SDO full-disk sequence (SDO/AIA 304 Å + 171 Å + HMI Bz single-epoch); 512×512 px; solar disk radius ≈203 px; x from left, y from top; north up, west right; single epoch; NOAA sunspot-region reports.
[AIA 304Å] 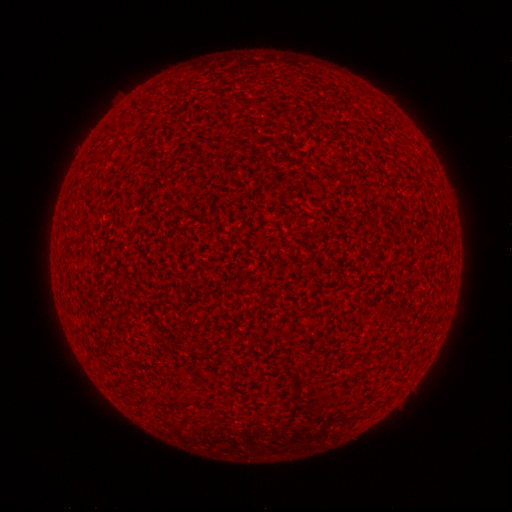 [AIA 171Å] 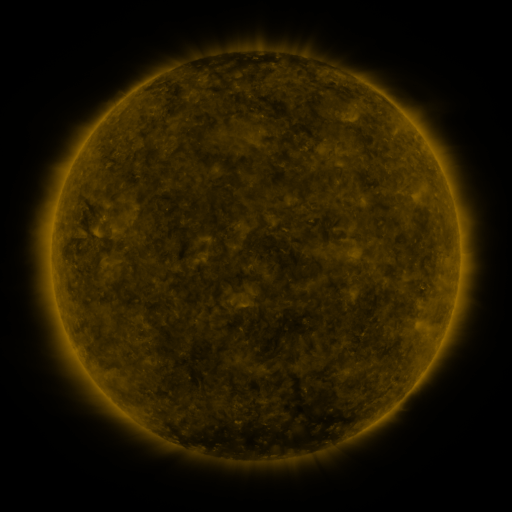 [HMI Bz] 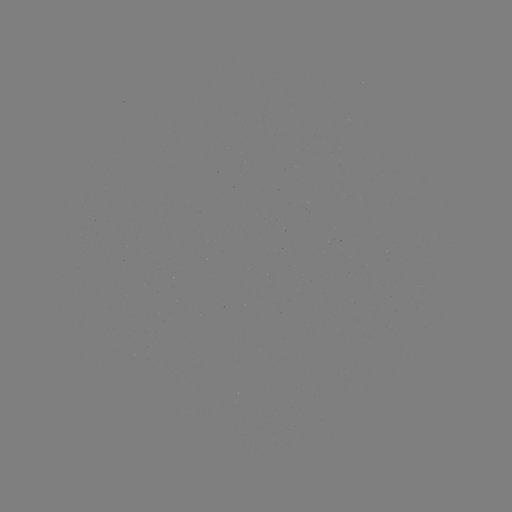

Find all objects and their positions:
(none)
